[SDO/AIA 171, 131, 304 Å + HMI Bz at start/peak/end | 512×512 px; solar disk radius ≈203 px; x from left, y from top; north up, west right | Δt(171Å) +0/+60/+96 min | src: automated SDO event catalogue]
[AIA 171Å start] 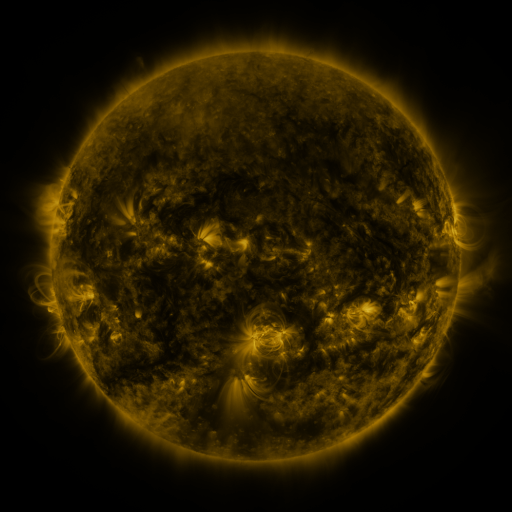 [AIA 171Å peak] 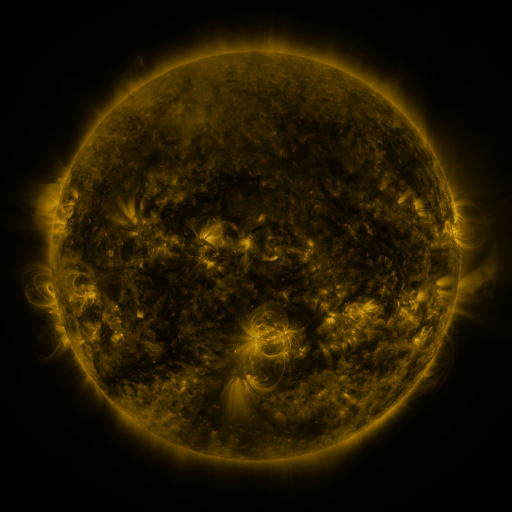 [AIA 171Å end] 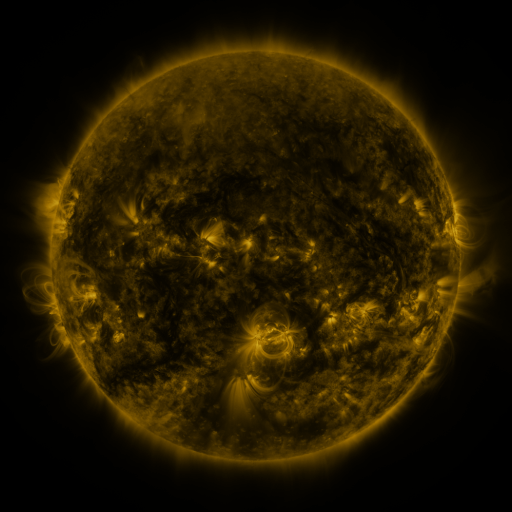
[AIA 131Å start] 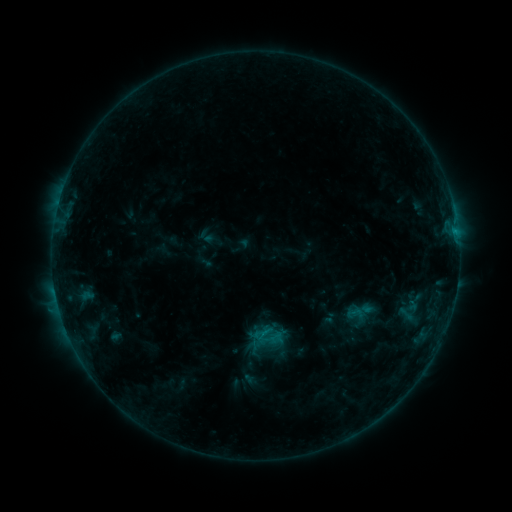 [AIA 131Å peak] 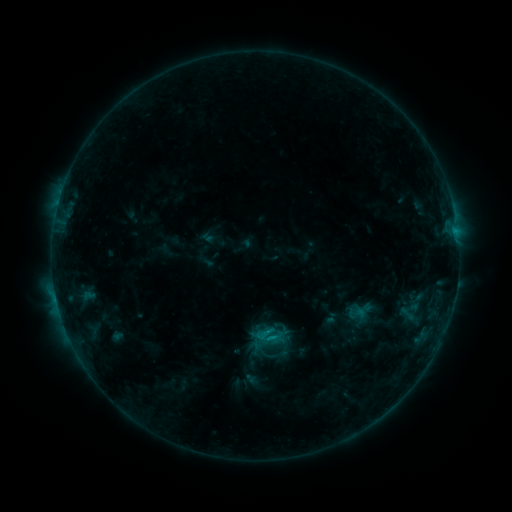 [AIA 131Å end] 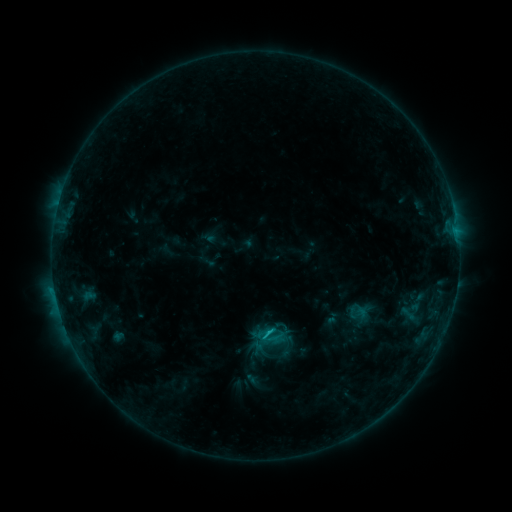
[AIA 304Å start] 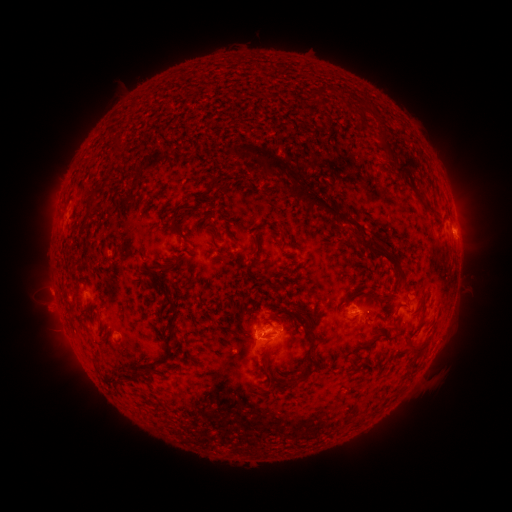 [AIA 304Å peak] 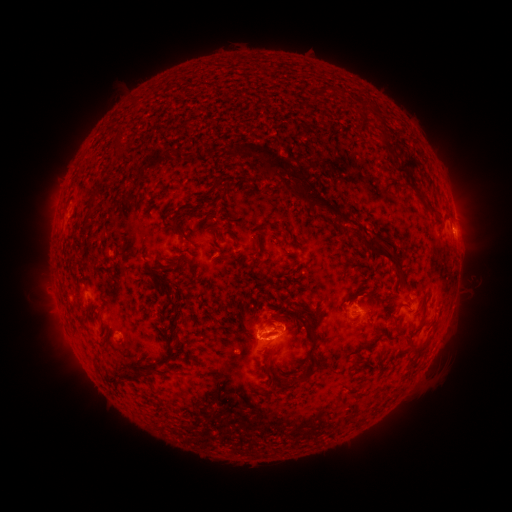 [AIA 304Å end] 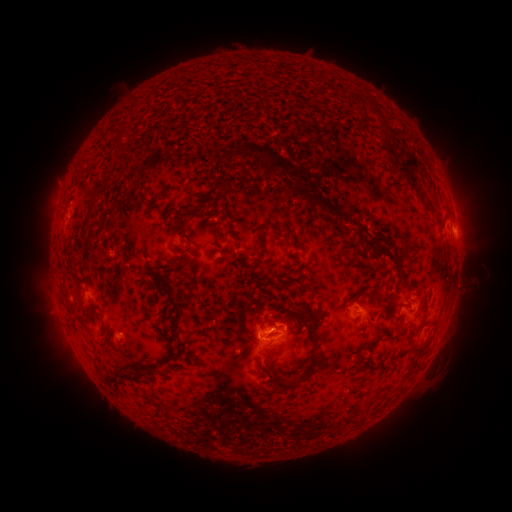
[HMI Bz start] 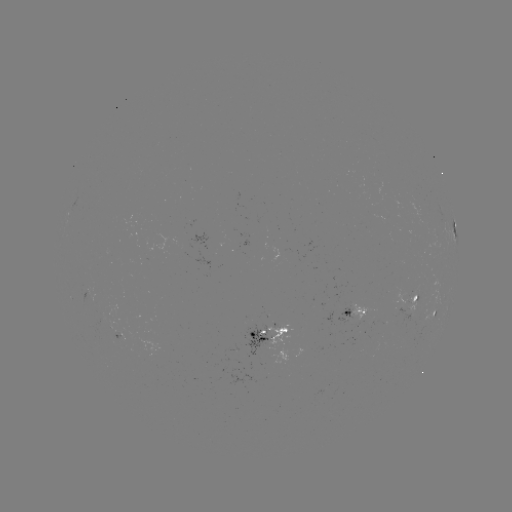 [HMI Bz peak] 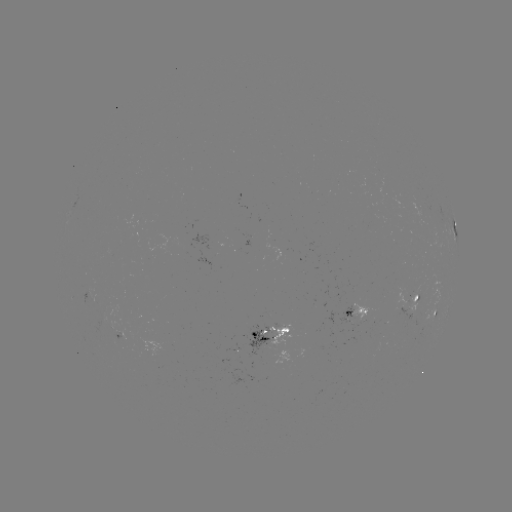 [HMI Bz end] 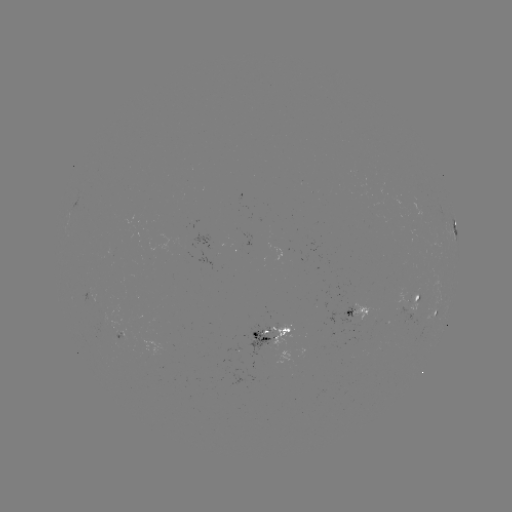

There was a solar emerging-flux region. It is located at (357, 318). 